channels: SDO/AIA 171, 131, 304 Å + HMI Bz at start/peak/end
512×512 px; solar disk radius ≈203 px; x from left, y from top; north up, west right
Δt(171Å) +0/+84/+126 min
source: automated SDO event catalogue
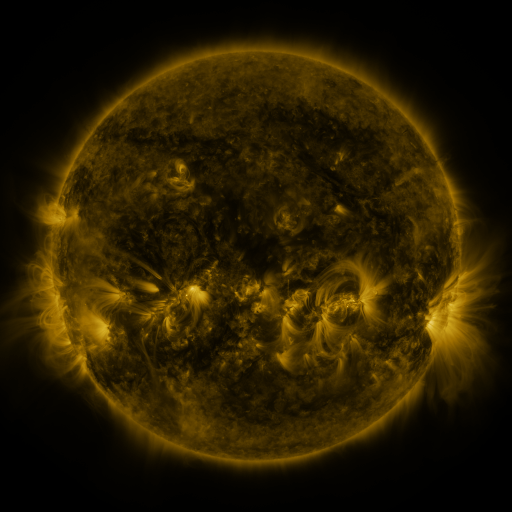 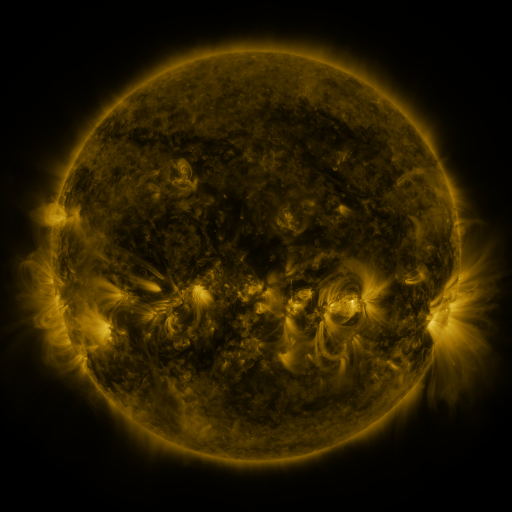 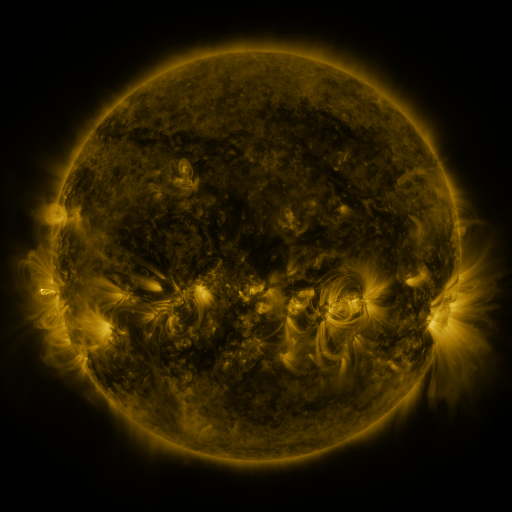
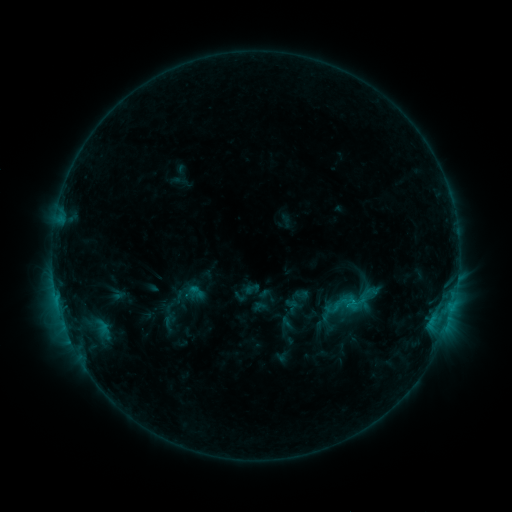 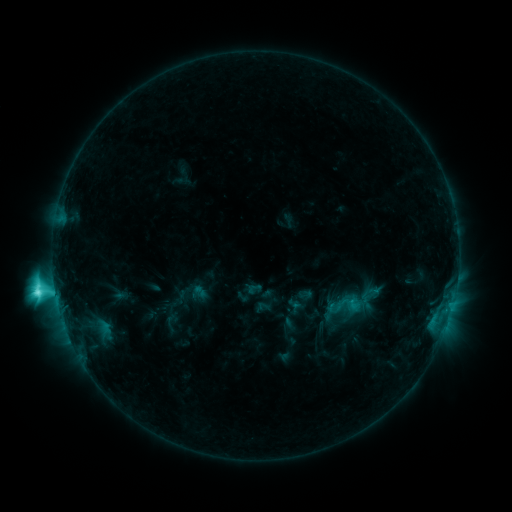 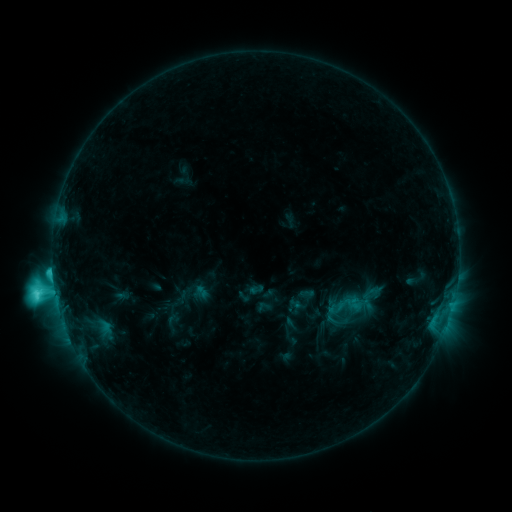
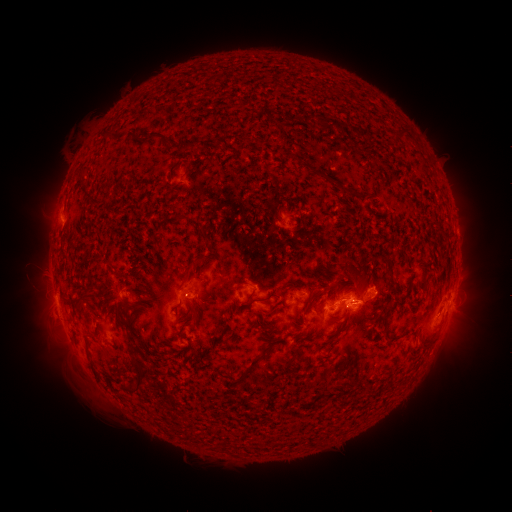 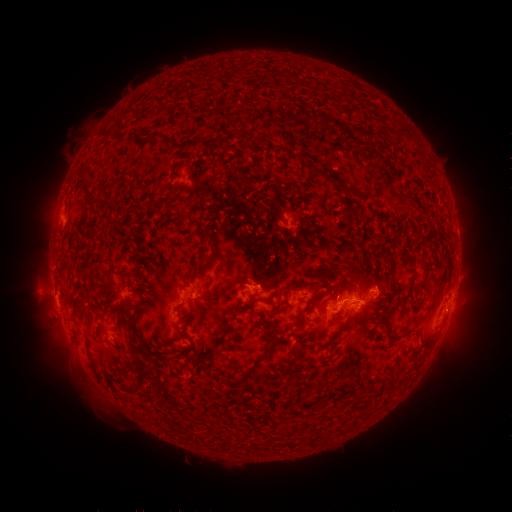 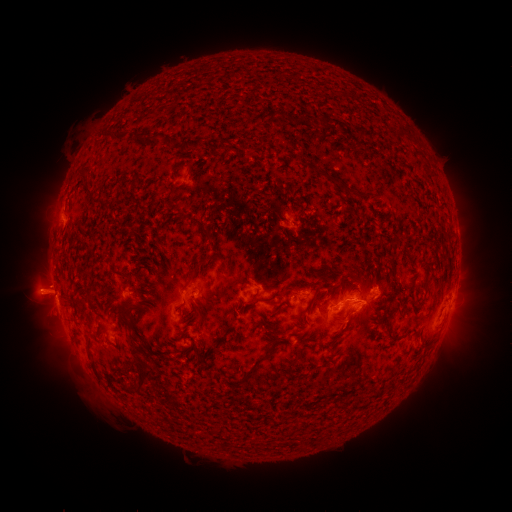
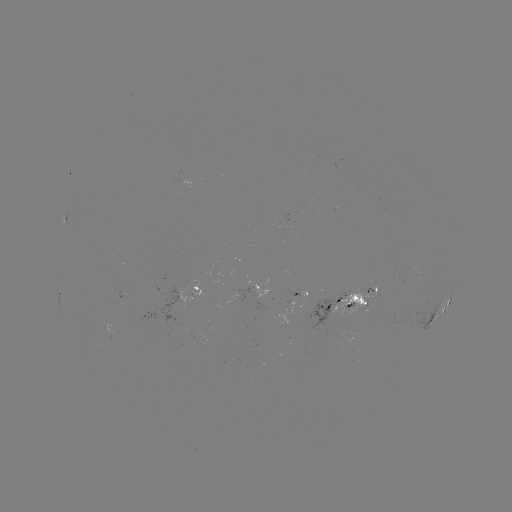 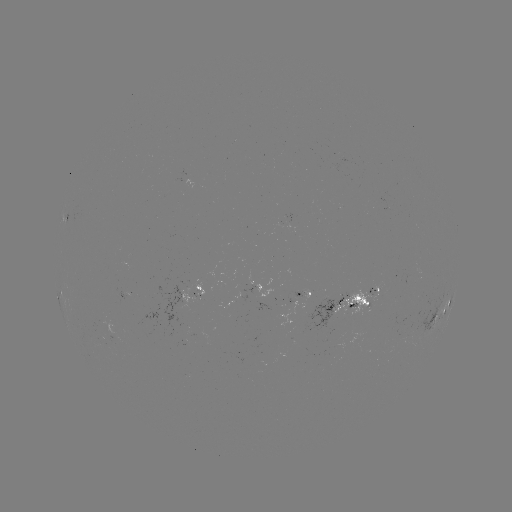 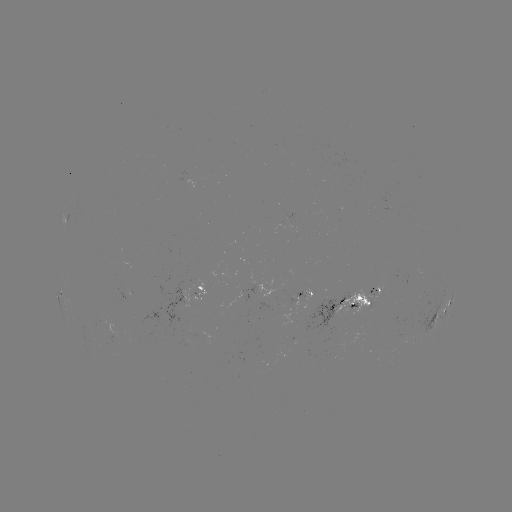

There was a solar flare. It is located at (55, 287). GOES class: C8.8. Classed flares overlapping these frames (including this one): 2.